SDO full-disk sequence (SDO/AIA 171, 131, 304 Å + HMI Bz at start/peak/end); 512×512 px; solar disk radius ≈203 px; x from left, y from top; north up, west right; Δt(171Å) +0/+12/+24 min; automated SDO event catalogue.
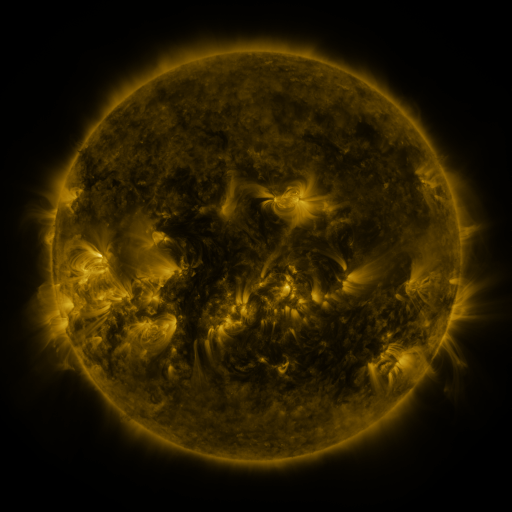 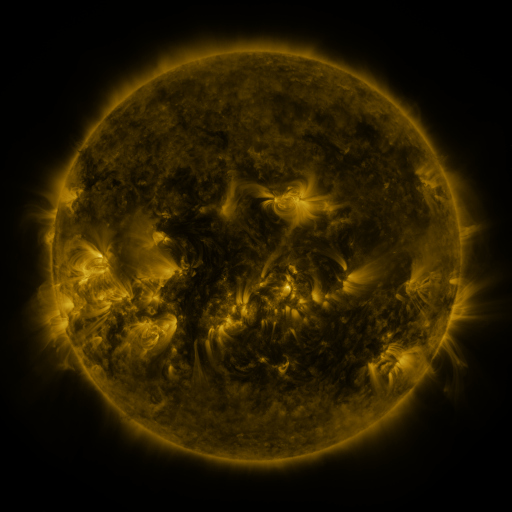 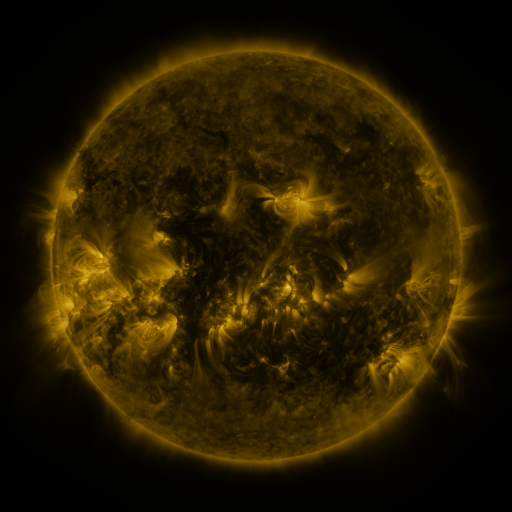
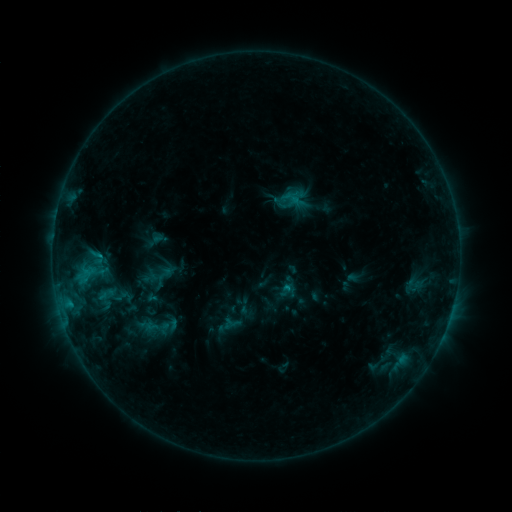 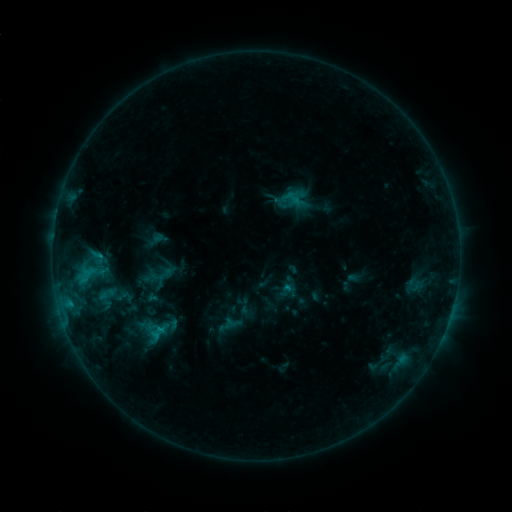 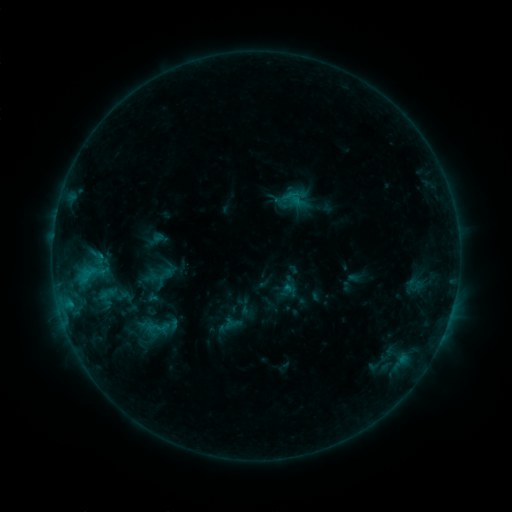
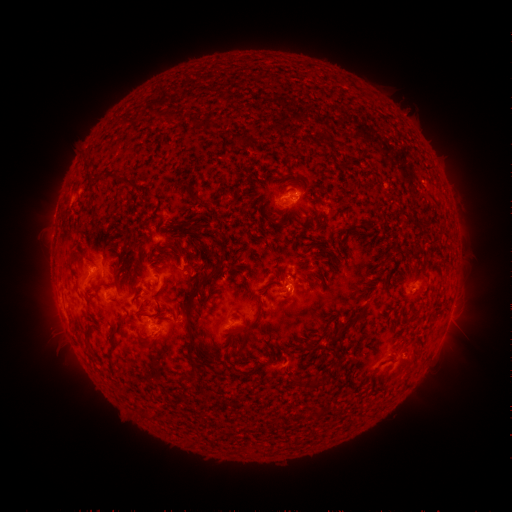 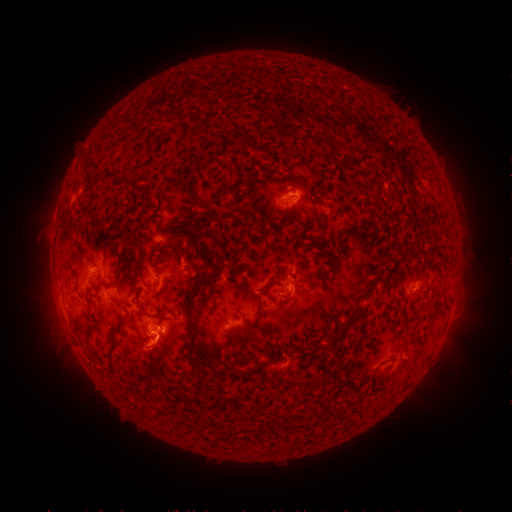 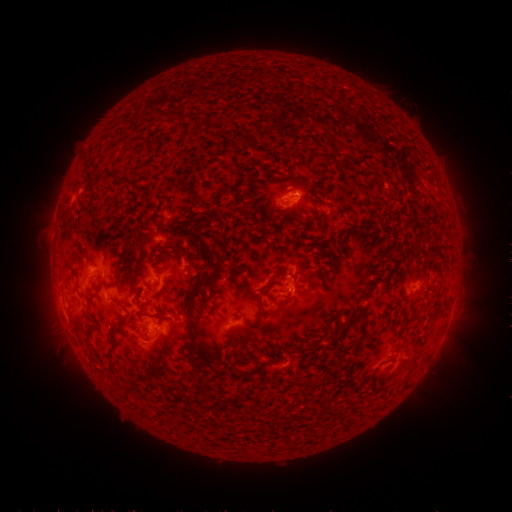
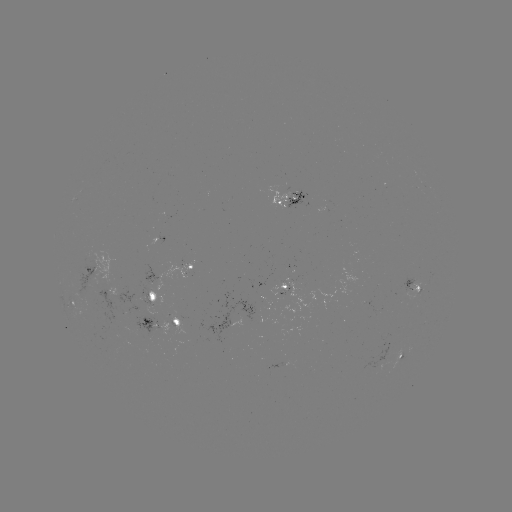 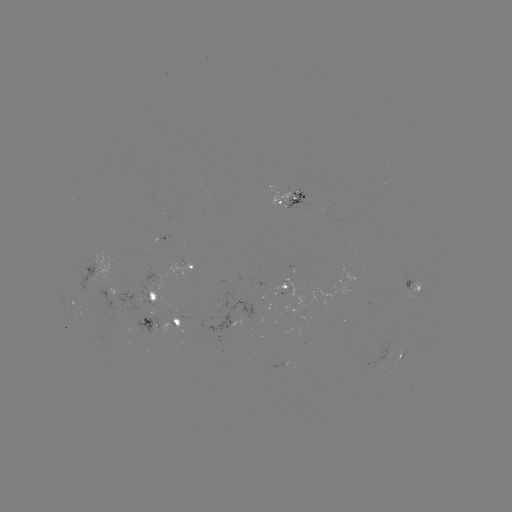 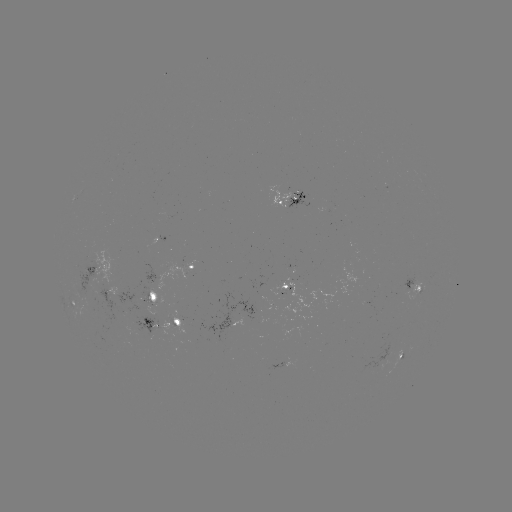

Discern eruption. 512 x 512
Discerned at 155,353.